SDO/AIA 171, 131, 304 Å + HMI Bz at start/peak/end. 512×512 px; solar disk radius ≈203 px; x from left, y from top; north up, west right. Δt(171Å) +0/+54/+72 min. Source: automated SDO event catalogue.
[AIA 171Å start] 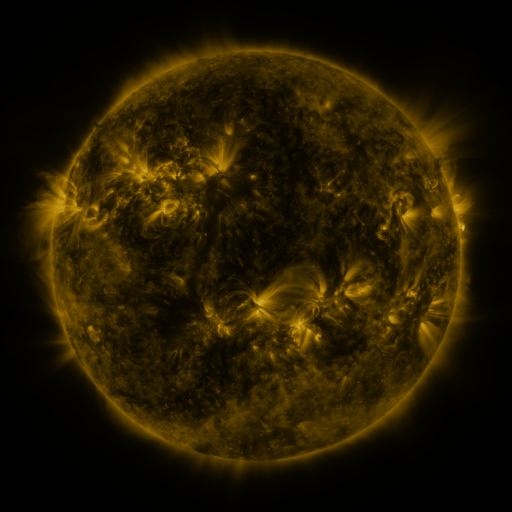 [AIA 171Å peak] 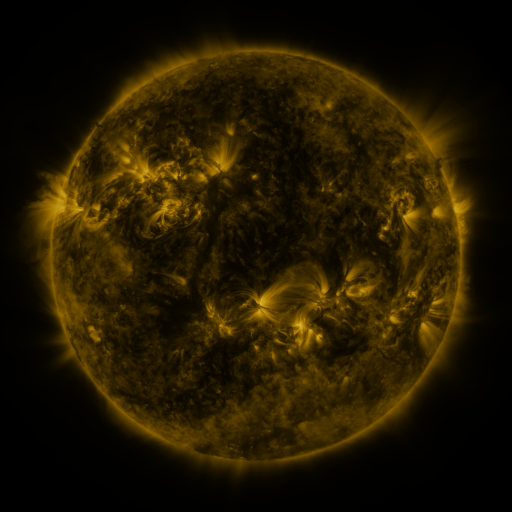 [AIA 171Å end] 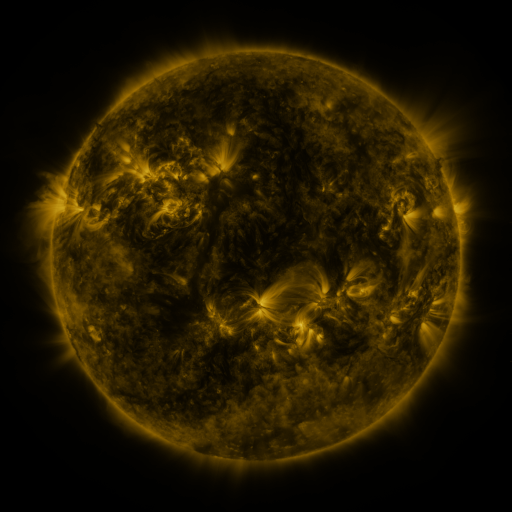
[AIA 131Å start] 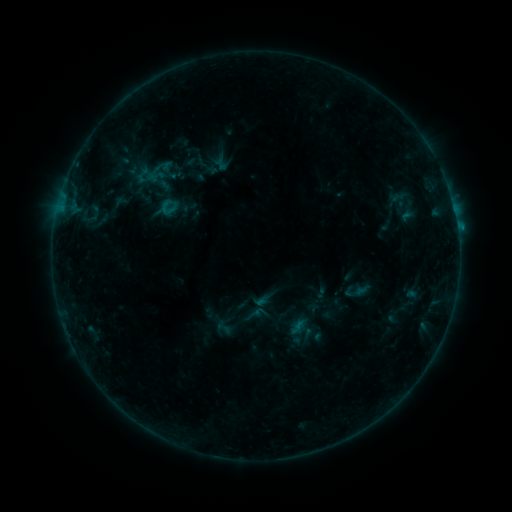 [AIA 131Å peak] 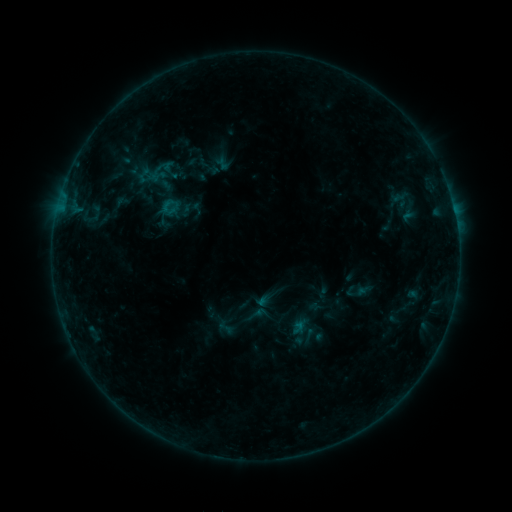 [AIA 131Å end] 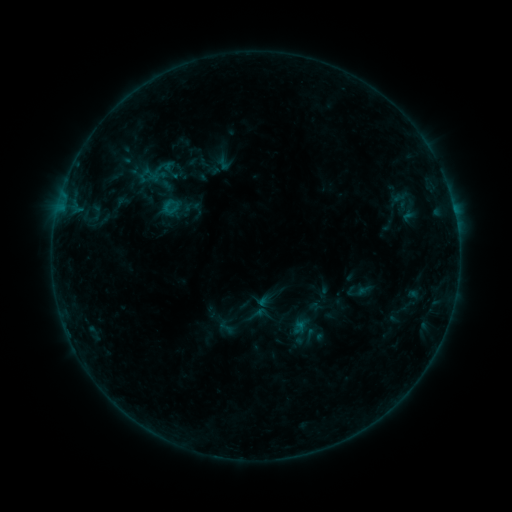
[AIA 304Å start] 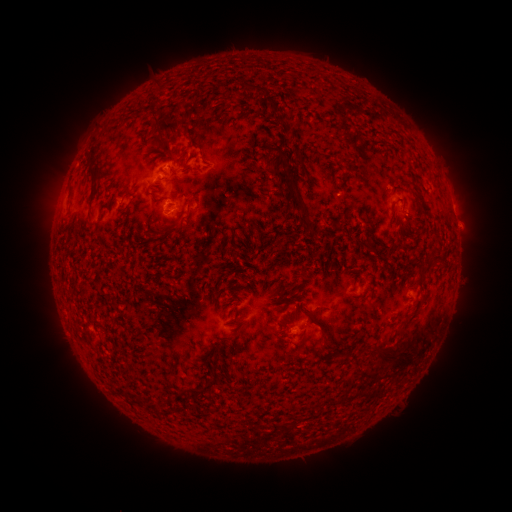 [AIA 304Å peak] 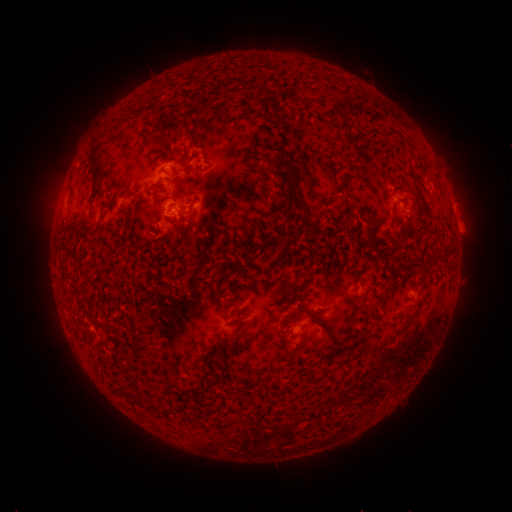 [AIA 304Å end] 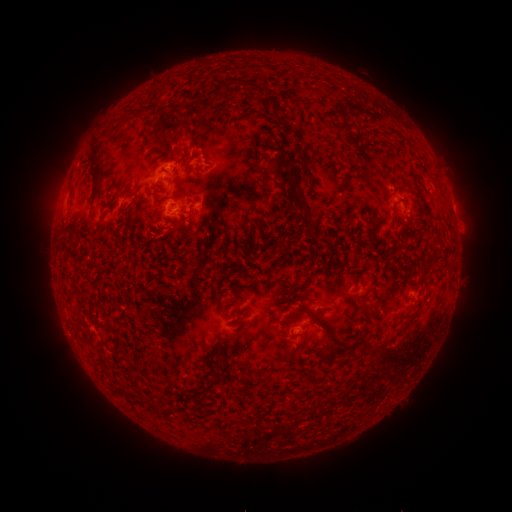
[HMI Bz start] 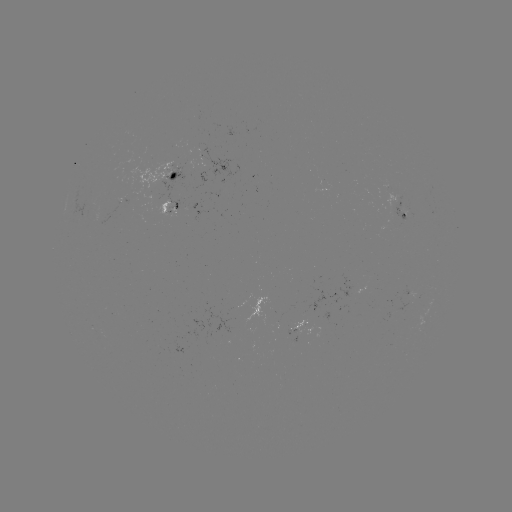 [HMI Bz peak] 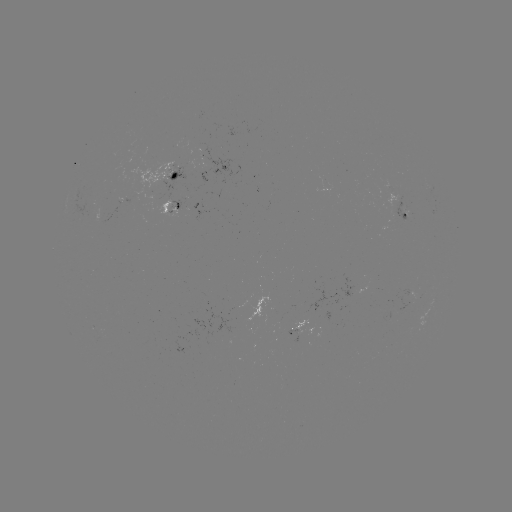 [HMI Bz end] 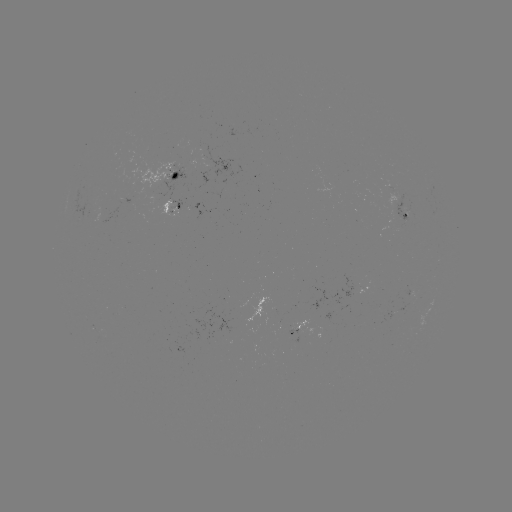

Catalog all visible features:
B4.2 flare: (297, 323)
